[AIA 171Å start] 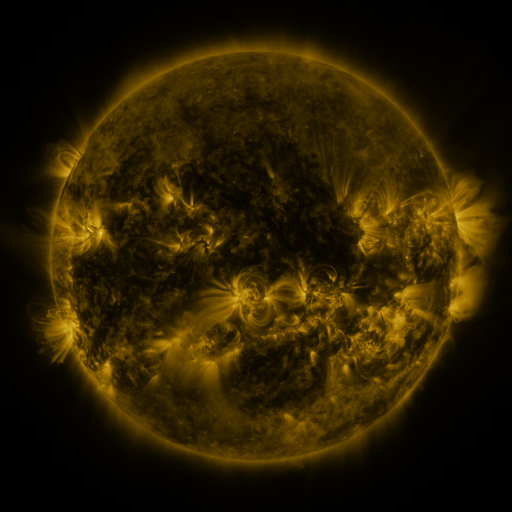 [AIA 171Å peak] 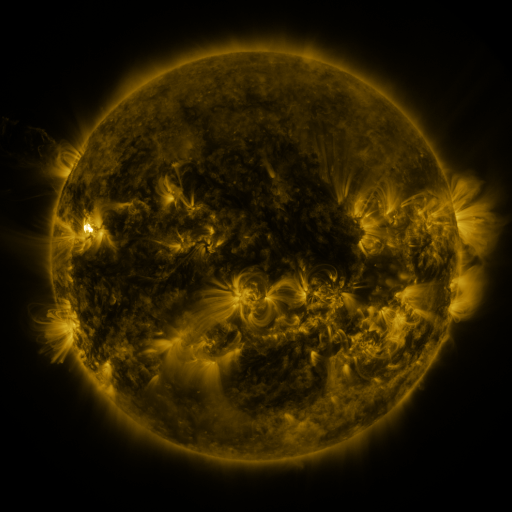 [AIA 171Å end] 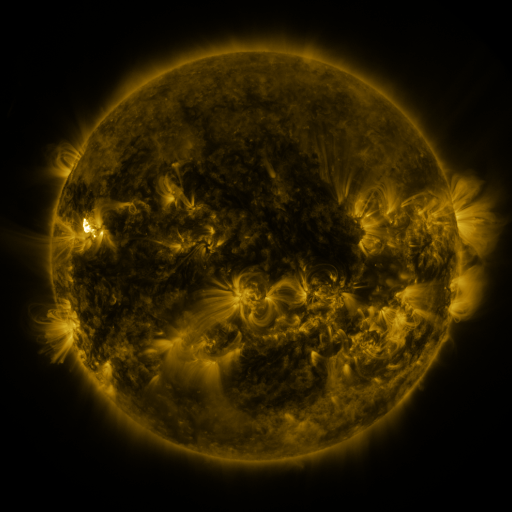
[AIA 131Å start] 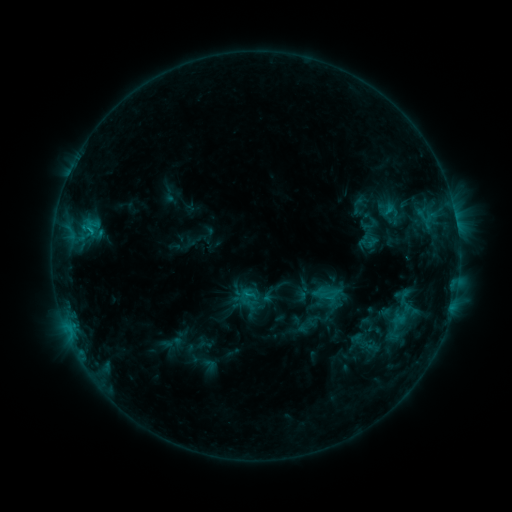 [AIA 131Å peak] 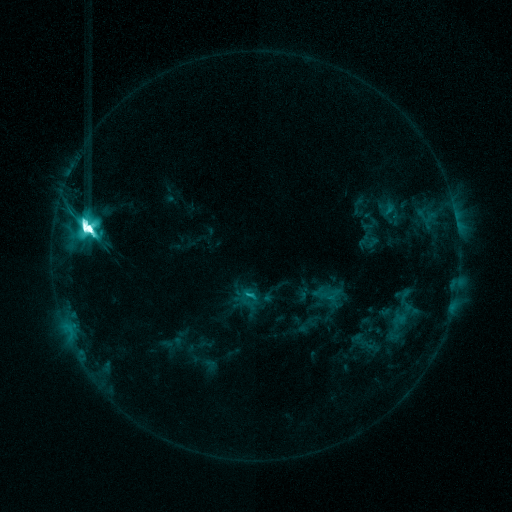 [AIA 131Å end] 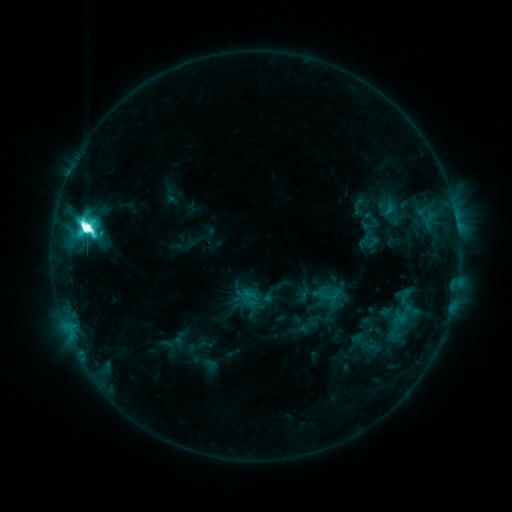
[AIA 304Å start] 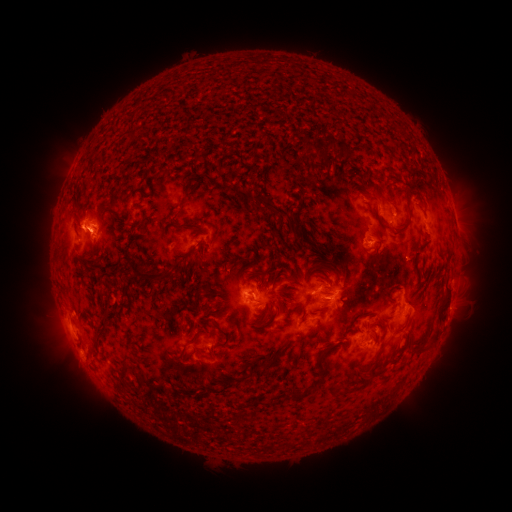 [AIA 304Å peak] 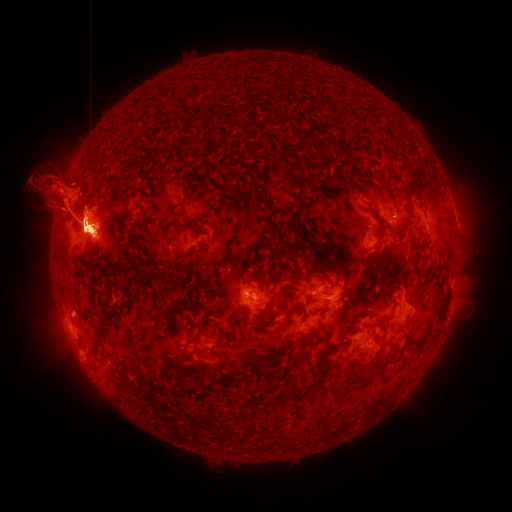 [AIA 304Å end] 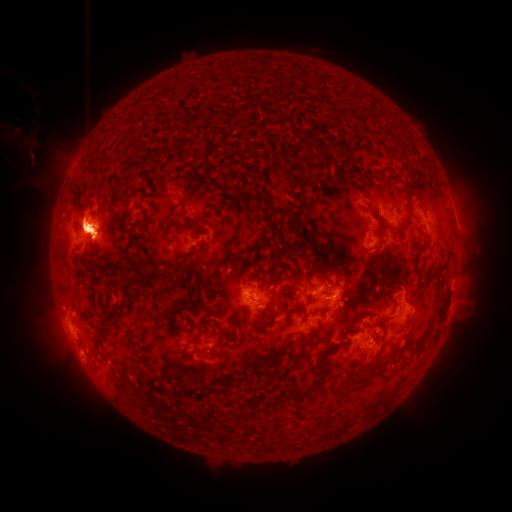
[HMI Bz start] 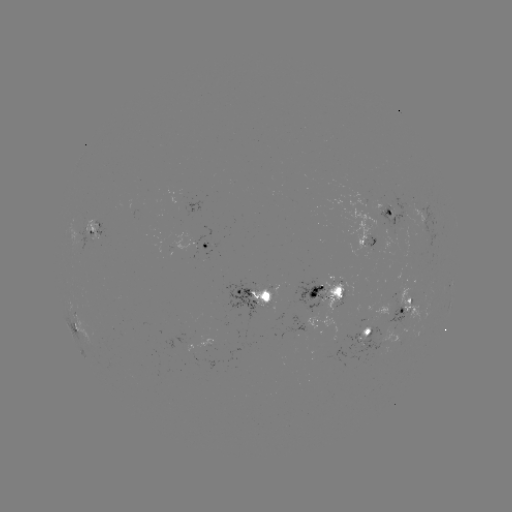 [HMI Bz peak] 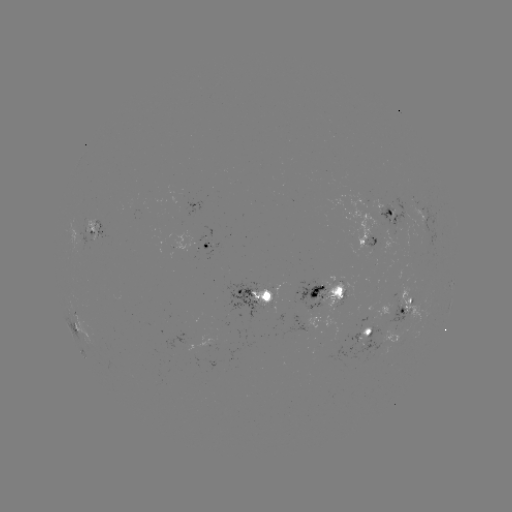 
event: flare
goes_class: M6.5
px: (89, 231)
